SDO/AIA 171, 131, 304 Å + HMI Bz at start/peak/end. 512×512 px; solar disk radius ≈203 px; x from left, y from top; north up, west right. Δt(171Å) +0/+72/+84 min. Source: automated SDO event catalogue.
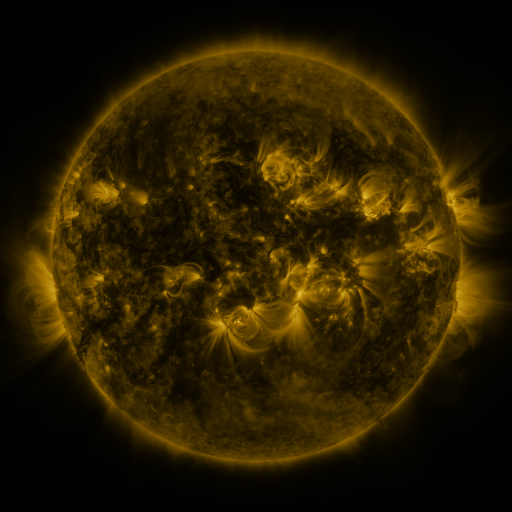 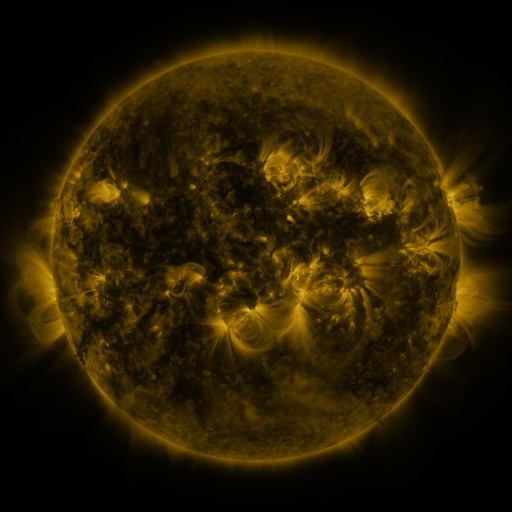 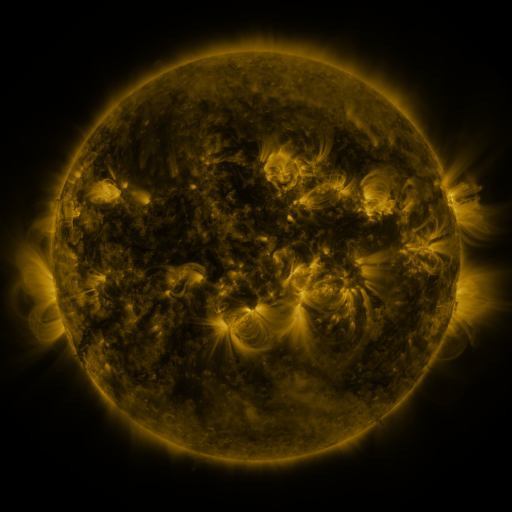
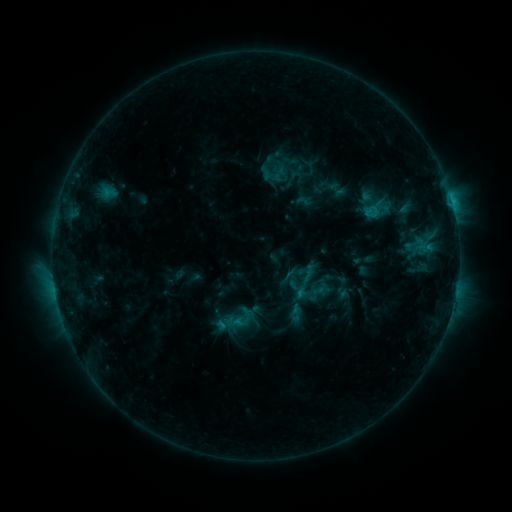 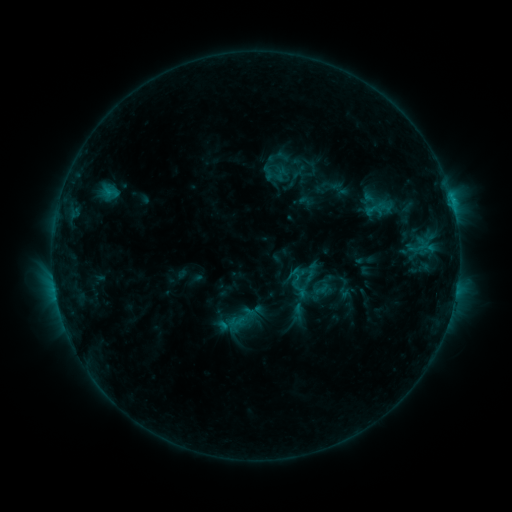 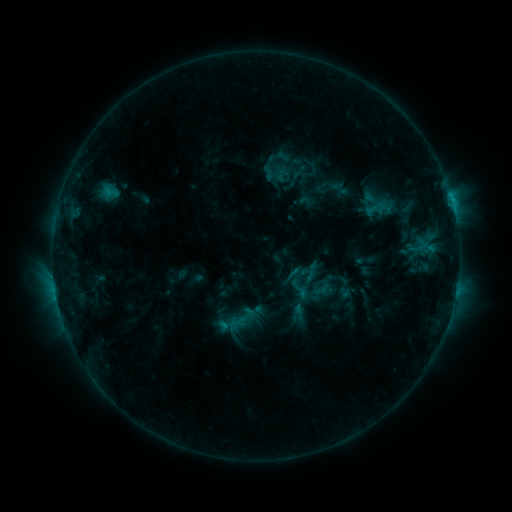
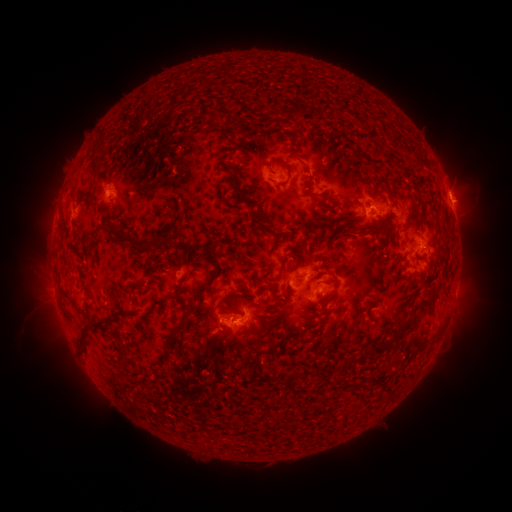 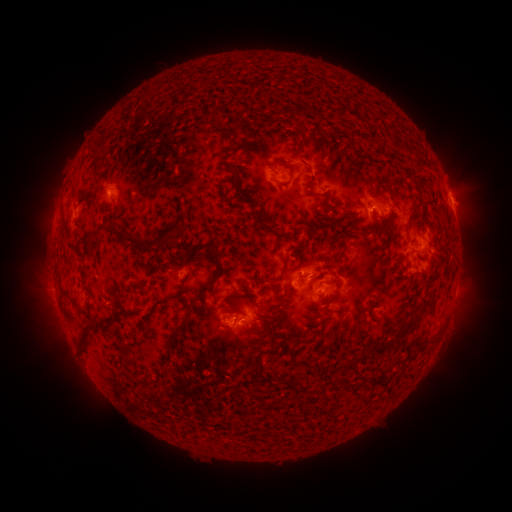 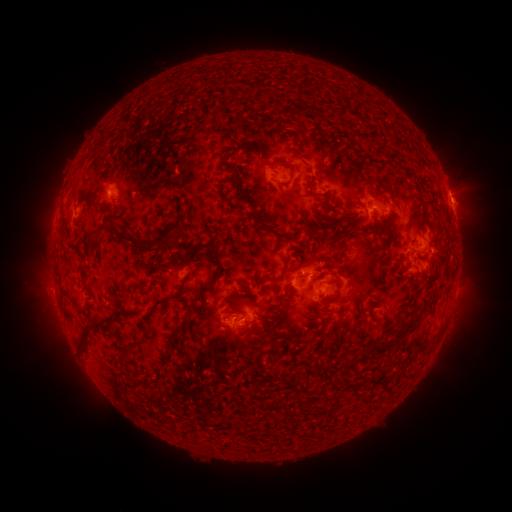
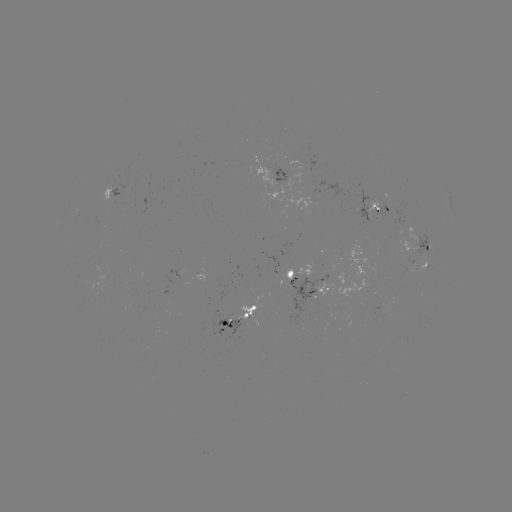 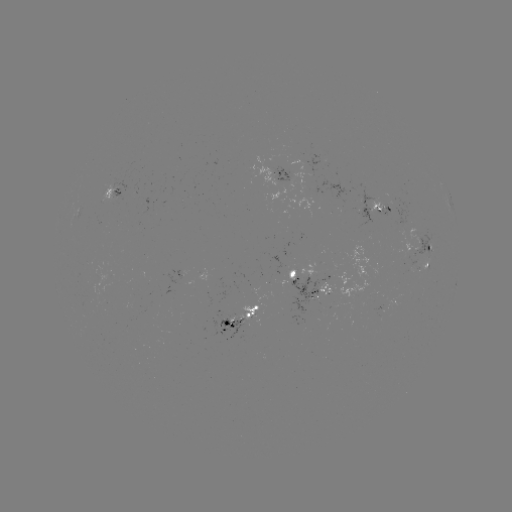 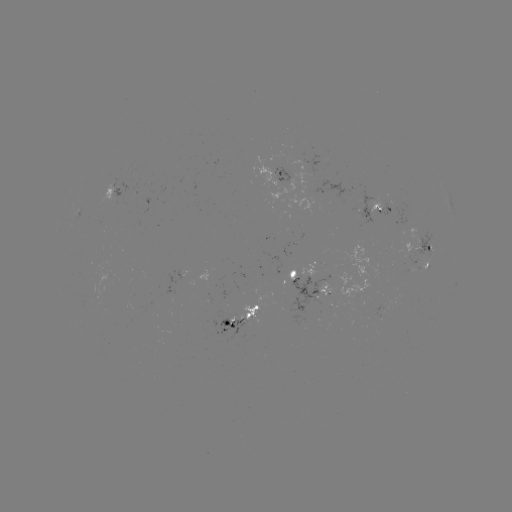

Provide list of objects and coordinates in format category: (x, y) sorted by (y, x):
emerging-flux region: (296, 275)
